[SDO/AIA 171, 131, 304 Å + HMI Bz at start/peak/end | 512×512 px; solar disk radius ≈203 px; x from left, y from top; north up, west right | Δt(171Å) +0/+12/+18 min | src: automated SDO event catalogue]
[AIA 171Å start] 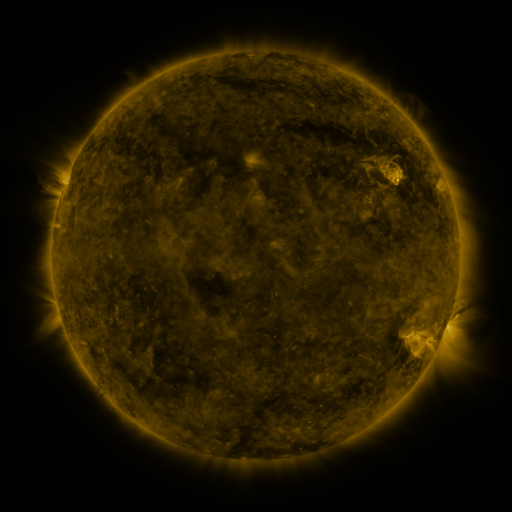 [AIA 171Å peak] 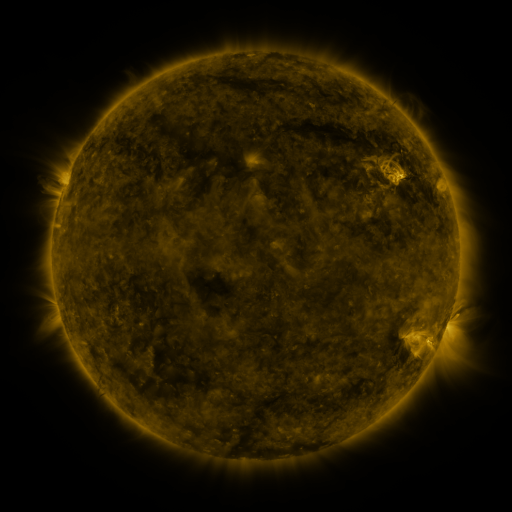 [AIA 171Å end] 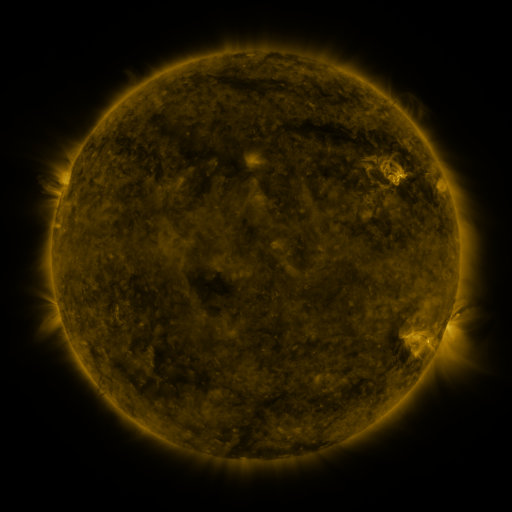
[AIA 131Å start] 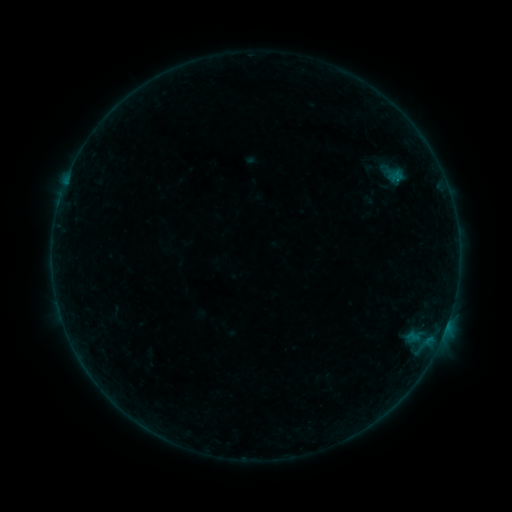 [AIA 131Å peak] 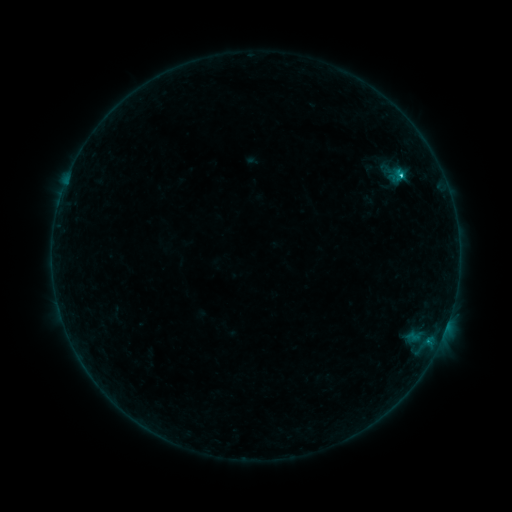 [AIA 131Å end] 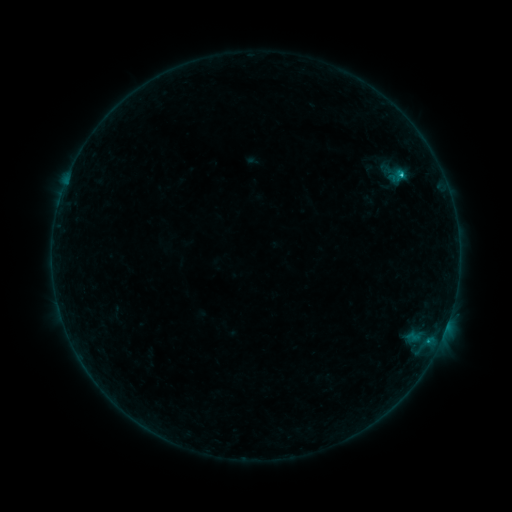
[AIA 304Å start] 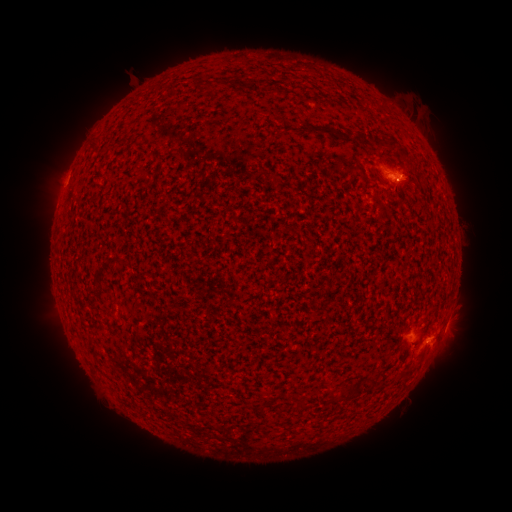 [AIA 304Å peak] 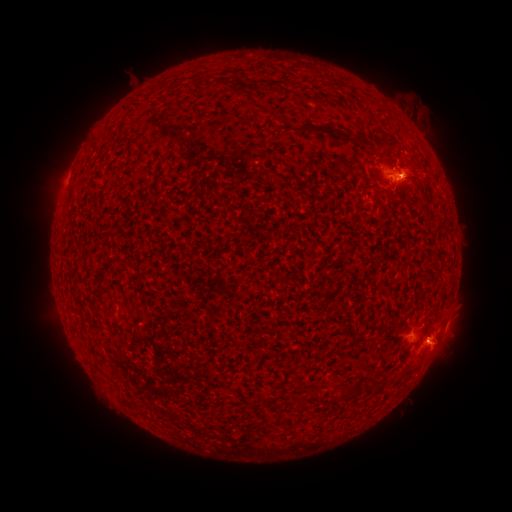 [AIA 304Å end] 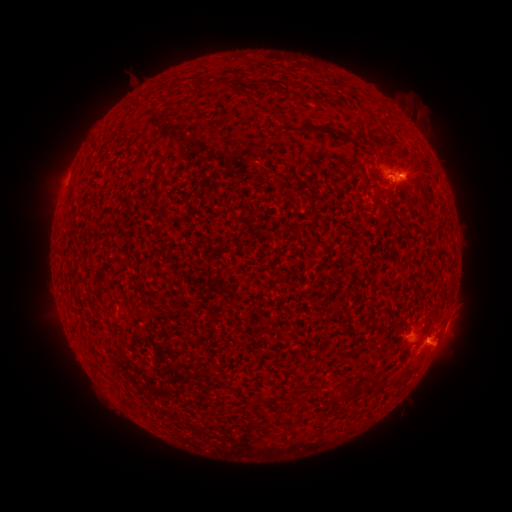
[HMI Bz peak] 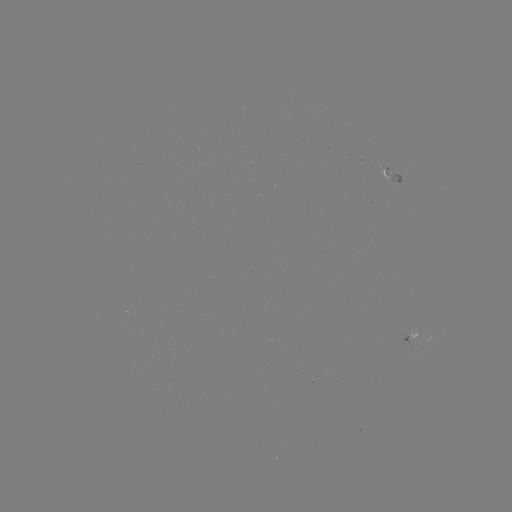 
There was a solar flare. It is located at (399, 177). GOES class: C1.0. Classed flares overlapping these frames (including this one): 1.